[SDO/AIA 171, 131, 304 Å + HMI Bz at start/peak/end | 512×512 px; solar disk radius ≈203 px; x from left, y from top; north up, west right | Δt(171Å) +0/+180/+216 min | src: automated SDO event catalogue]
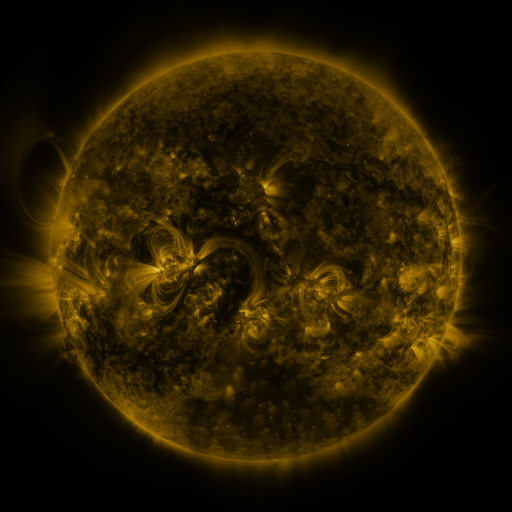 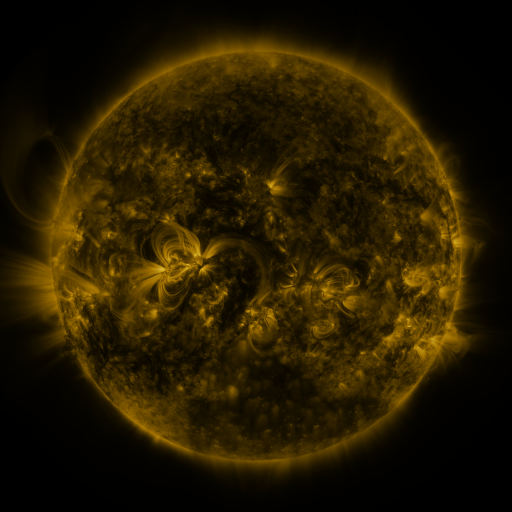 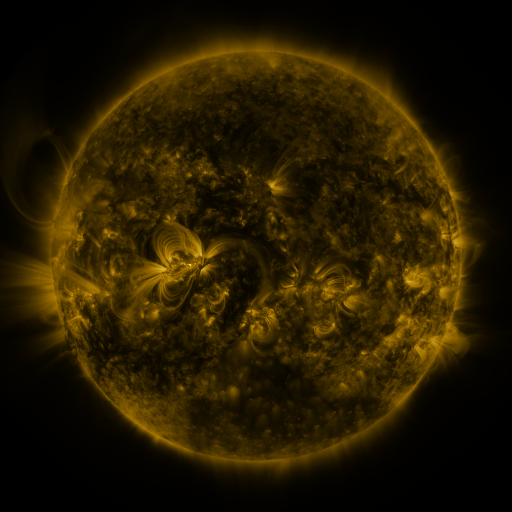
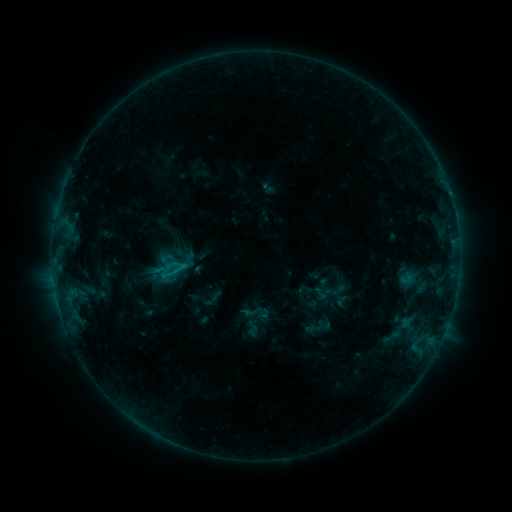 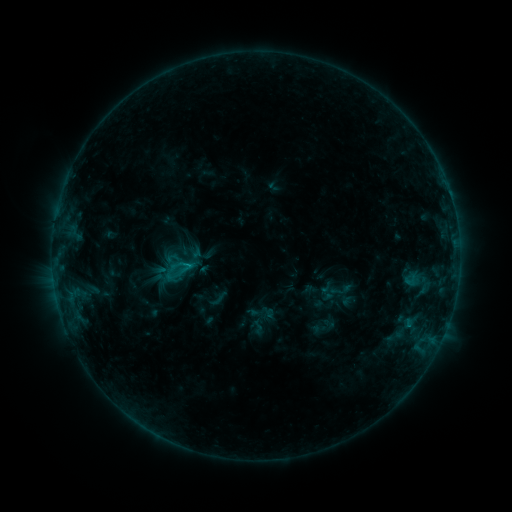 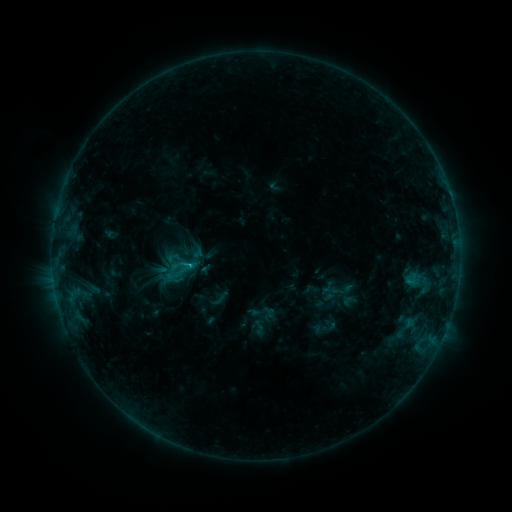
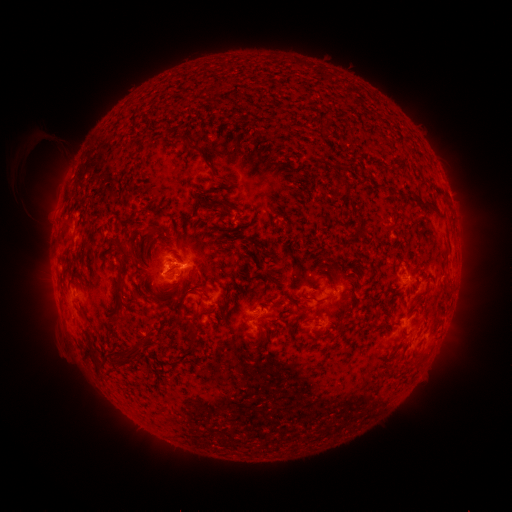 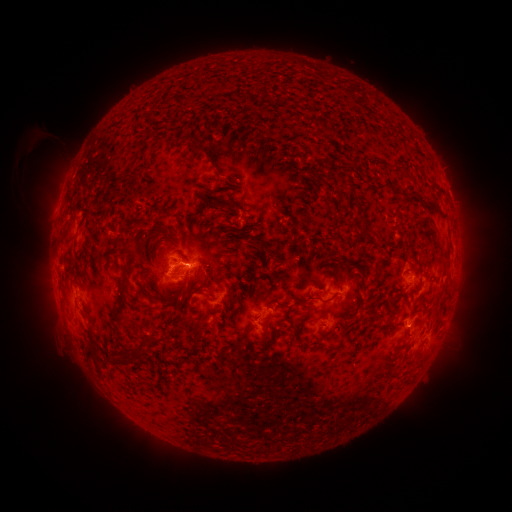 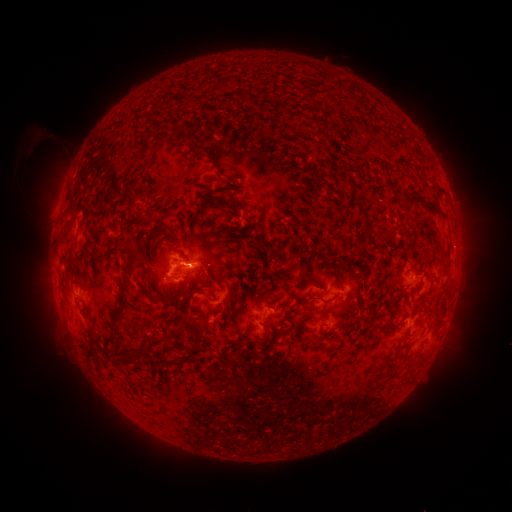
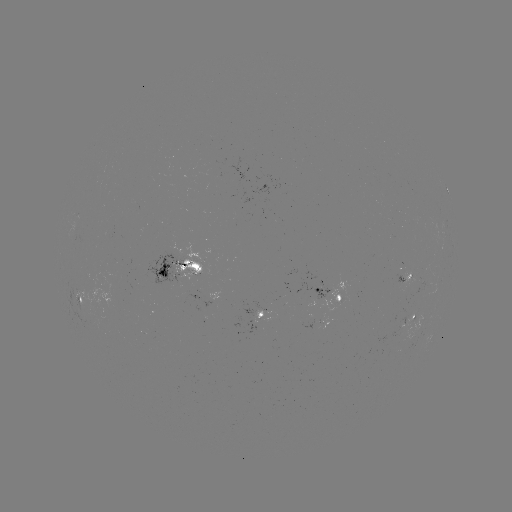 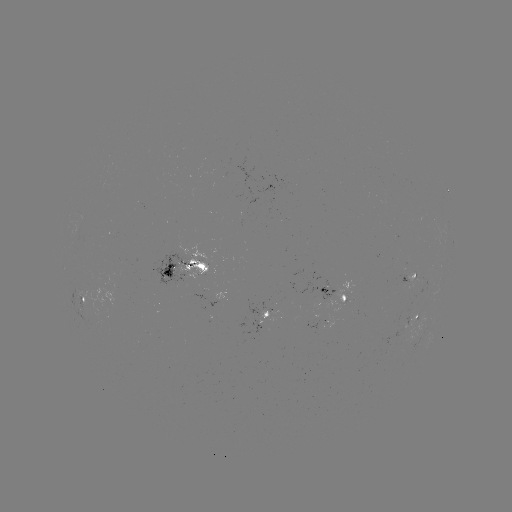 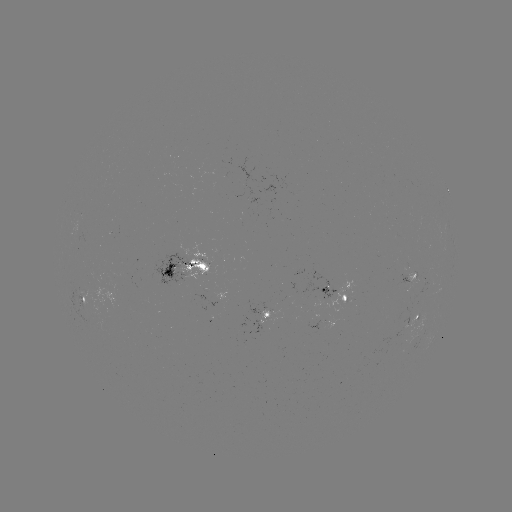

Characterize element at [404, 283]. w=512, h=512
emerging-flux region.